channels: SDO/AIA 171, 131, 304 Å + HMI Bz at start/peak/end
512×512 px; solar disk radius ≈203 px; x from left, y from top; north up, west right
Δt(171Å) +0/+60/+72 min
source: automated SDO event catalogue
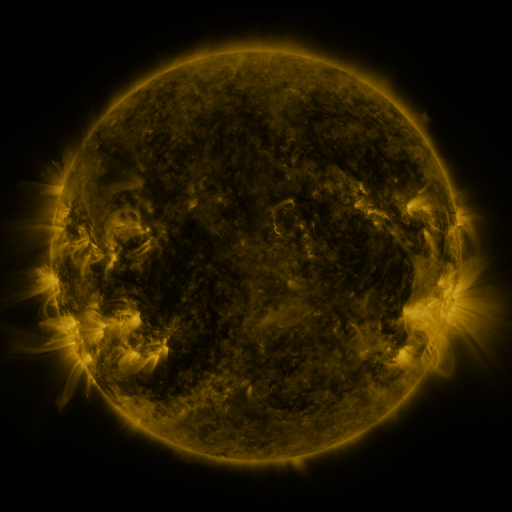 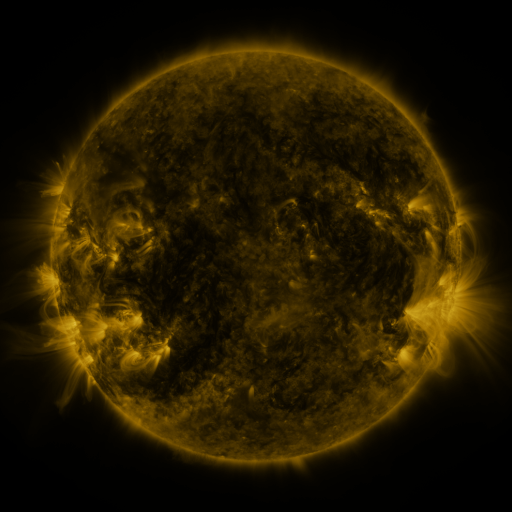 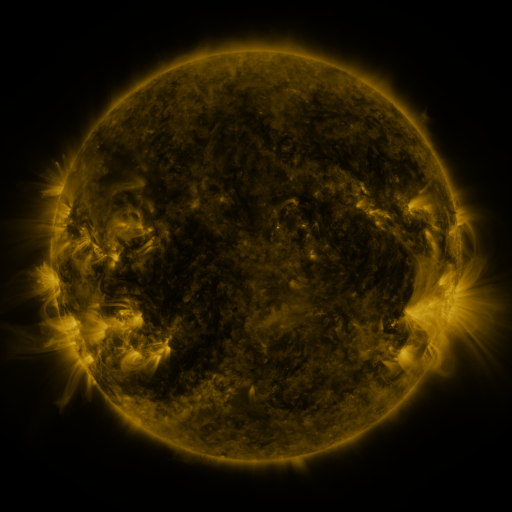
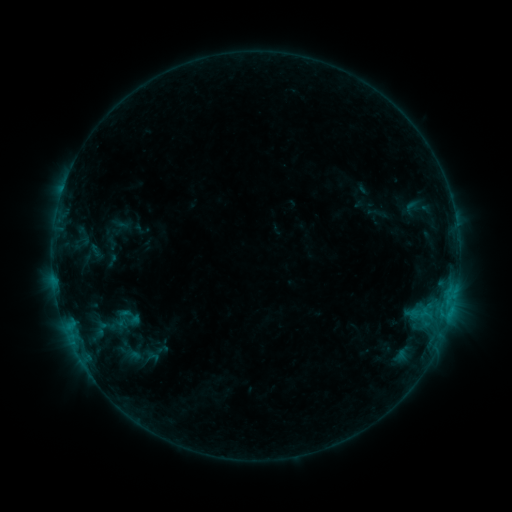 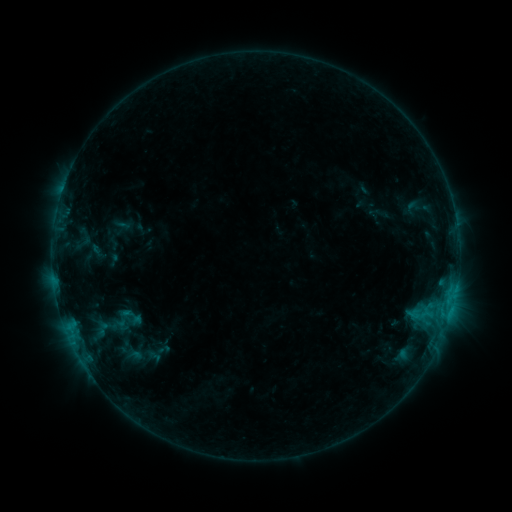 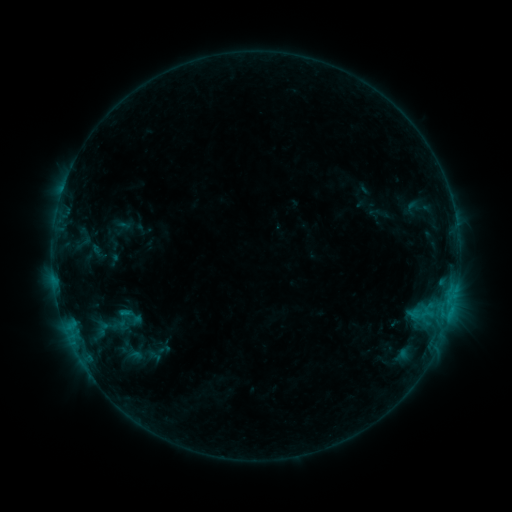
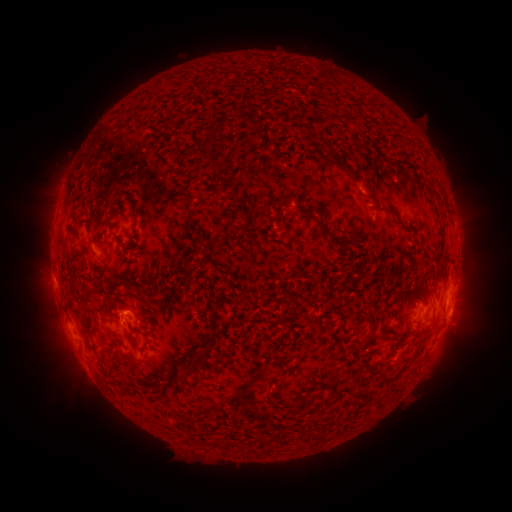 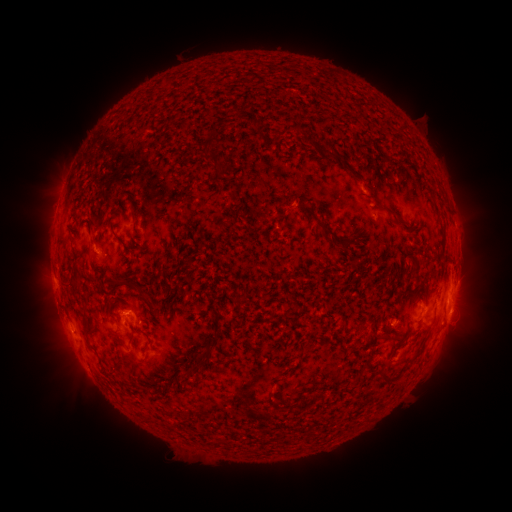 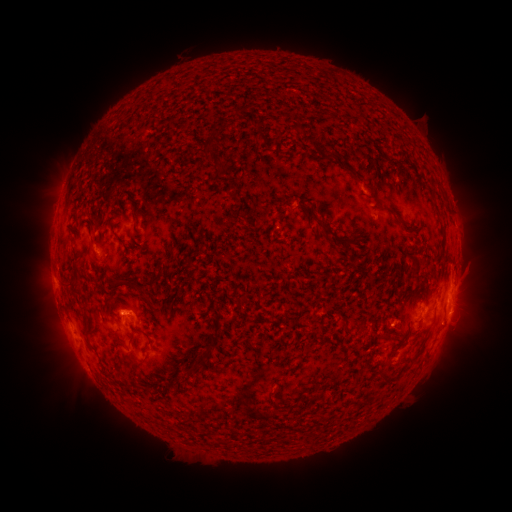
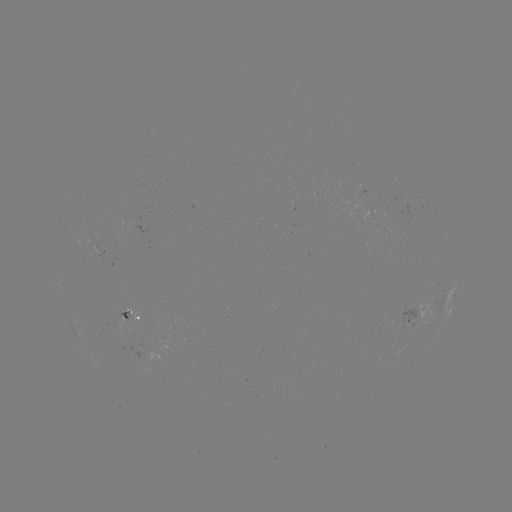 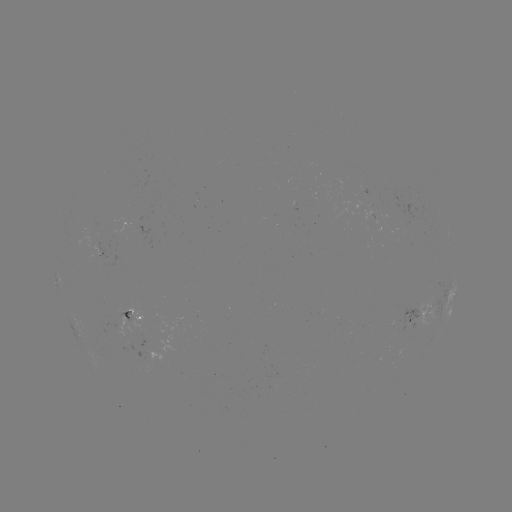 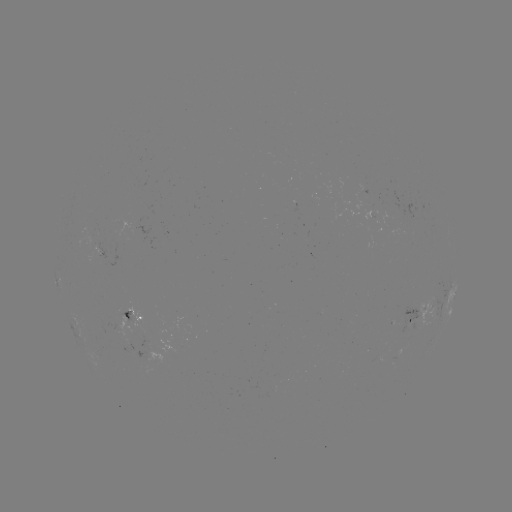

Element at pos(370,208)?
emerging-flux region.